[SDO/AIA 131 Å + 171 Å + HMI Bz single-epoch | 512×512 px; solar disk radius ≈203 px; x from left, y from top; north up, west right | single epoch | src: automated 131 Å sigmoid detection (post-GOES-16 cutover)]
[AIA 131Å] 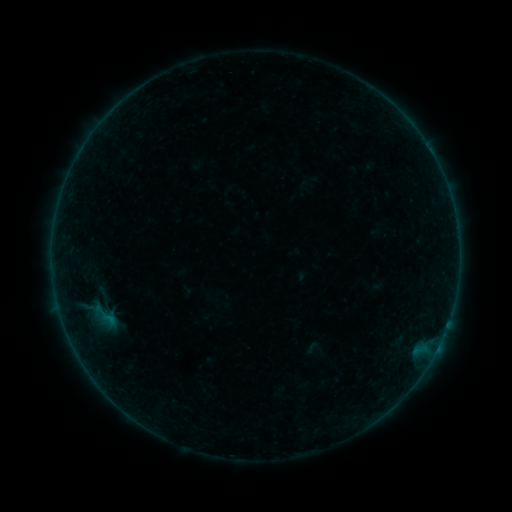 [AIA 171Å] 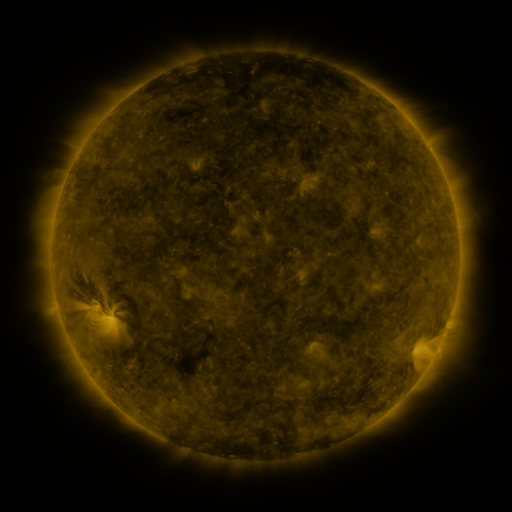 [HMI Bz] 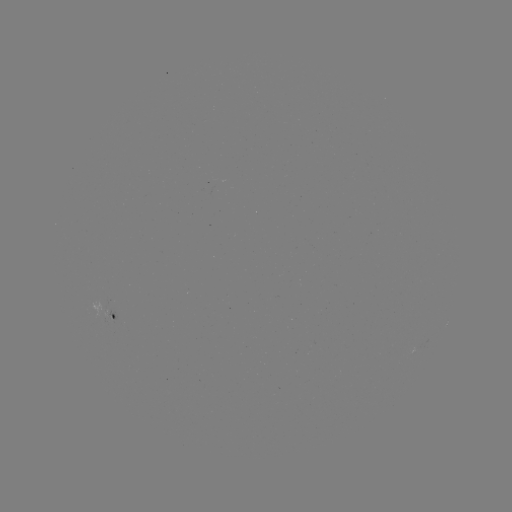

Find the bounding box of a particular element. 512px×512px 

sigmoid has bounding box [81, 294, 128, 337].